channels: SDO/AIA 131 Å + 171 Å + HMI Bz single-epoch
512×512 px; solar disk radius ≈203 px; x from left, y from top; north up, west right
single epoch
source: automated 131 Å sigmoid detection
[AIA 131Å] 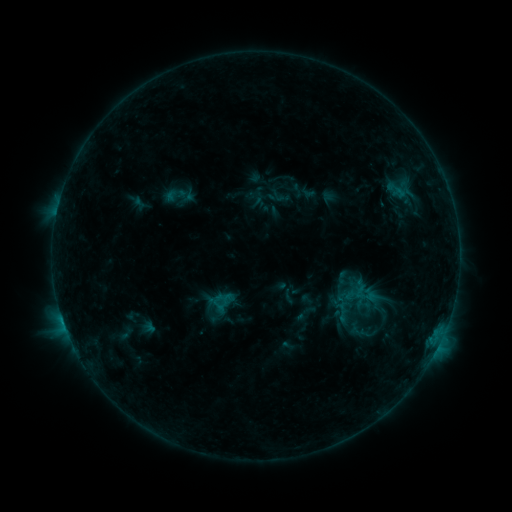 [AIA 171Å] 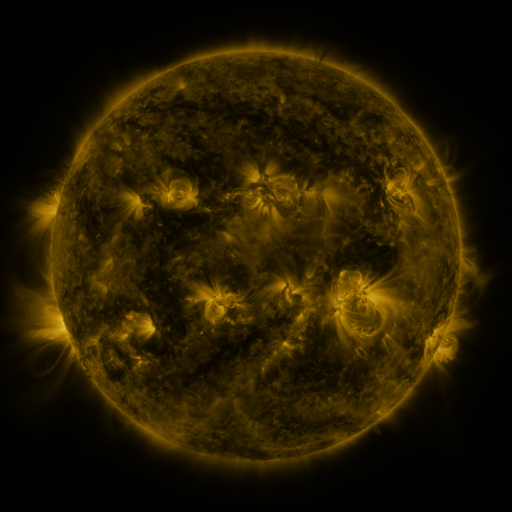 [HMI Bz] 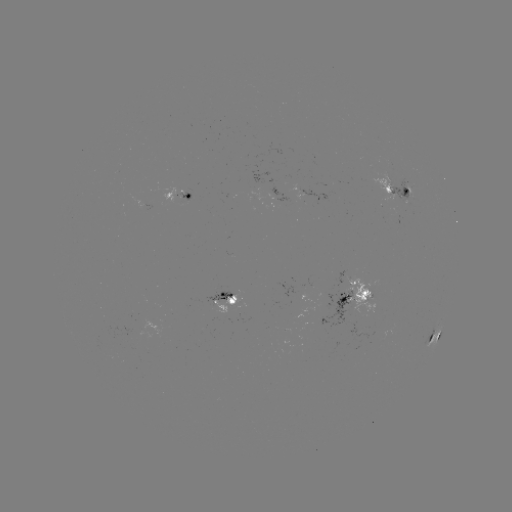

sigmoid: (269, 186, 291, 207)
